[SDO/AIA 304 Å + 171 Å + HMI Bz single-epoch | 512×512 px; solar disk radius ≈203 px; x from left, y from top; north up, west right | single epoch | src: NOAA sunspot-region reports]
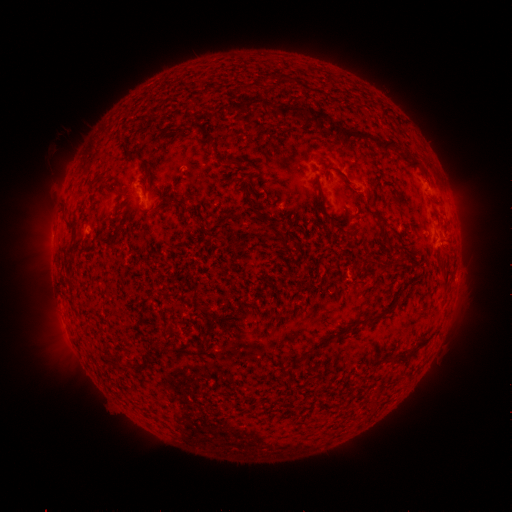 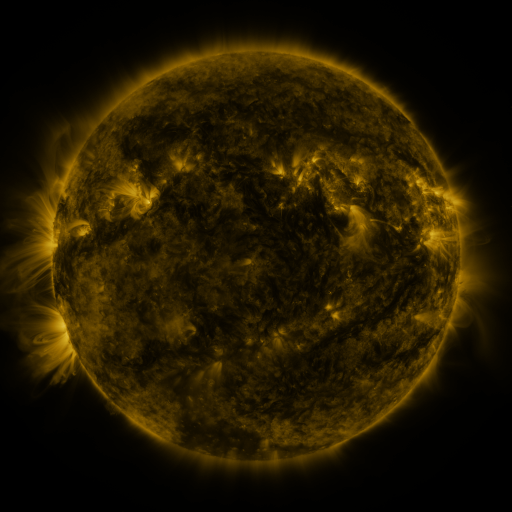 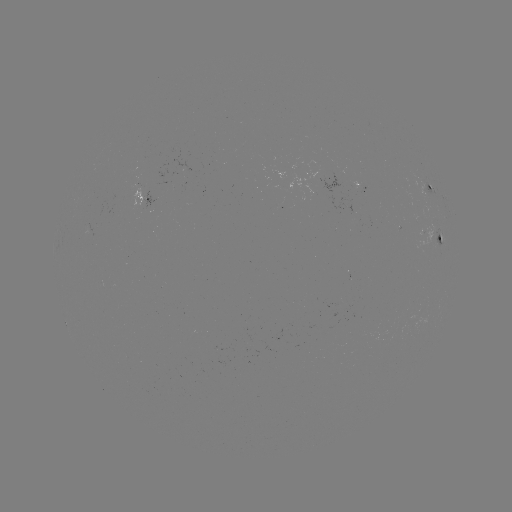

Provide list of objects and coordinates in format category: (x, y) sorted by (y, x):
spotted active region: (432, 189)
spotted active region: (144, 196)
spotted active region: (441, 238)
